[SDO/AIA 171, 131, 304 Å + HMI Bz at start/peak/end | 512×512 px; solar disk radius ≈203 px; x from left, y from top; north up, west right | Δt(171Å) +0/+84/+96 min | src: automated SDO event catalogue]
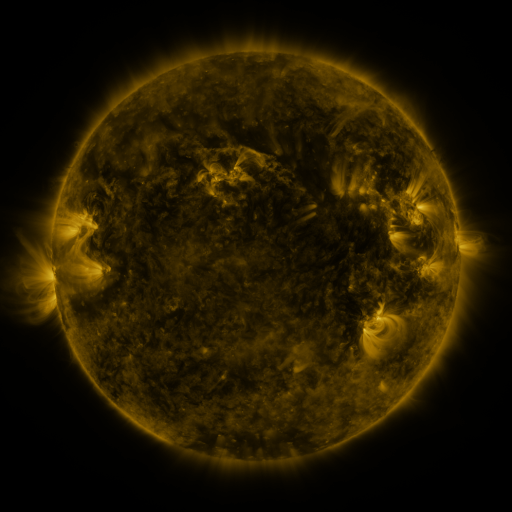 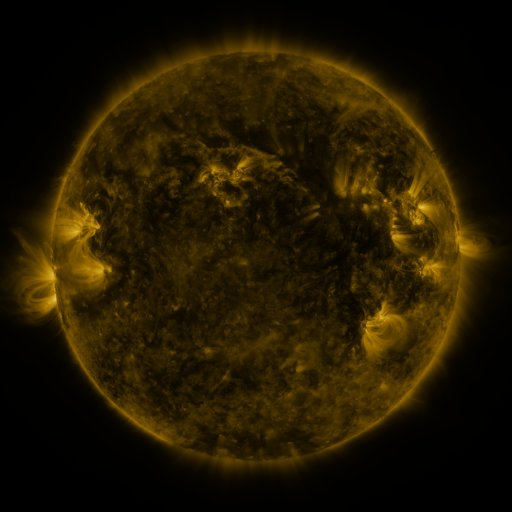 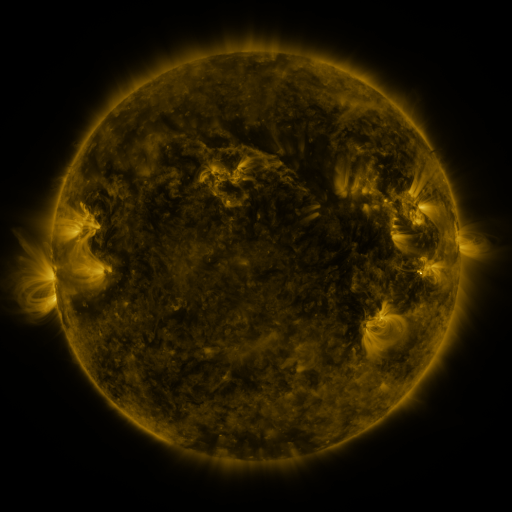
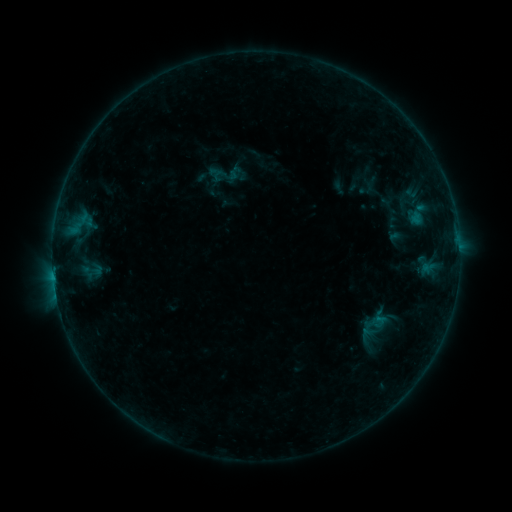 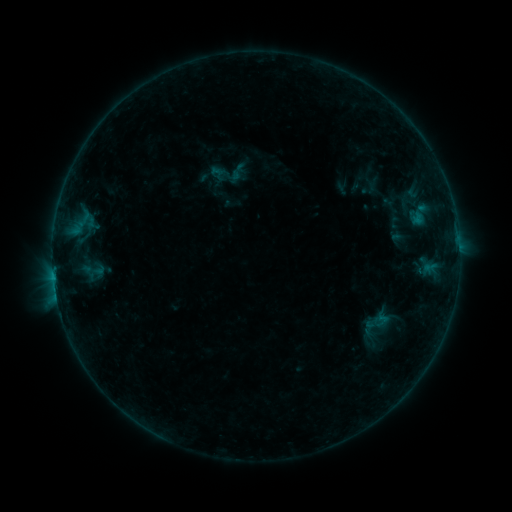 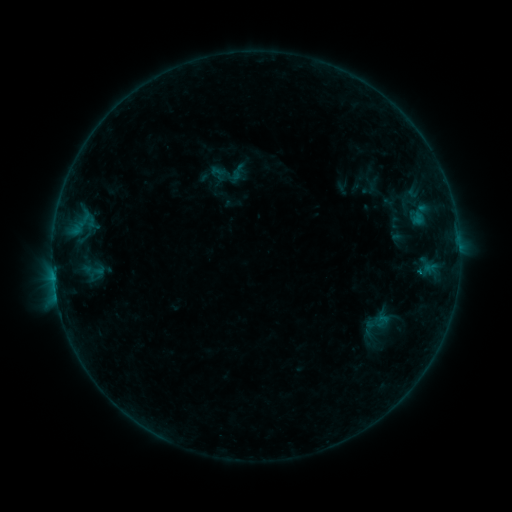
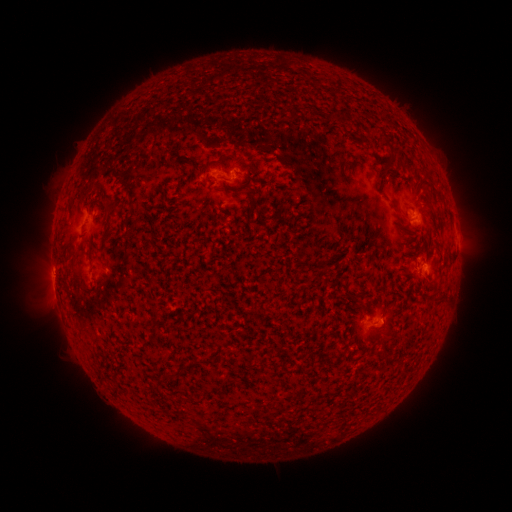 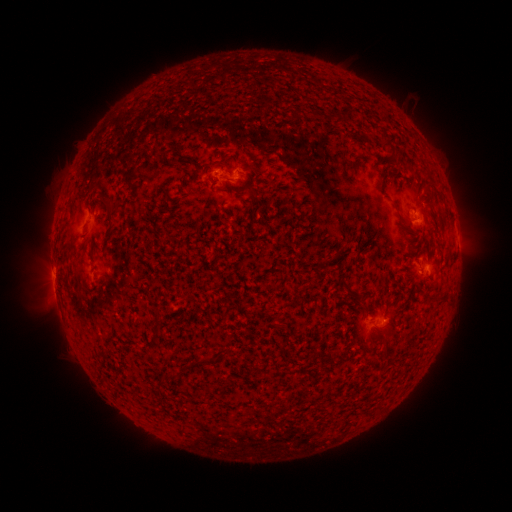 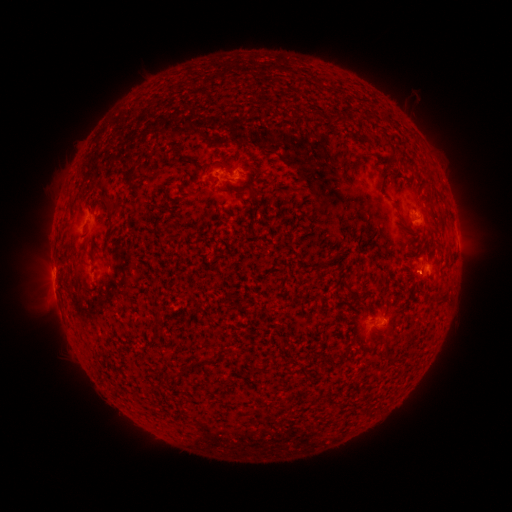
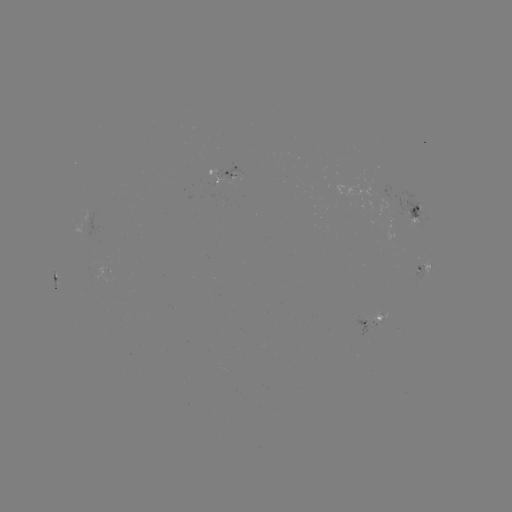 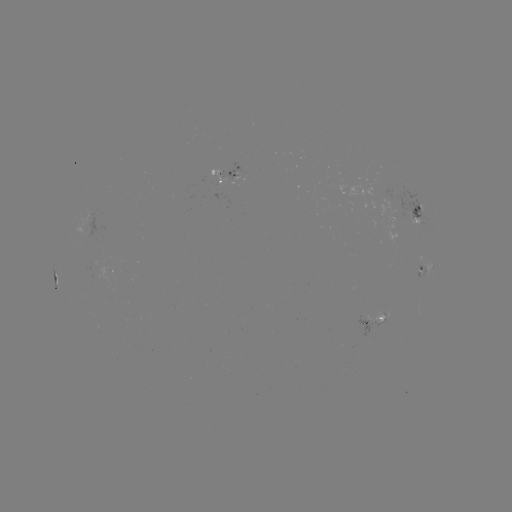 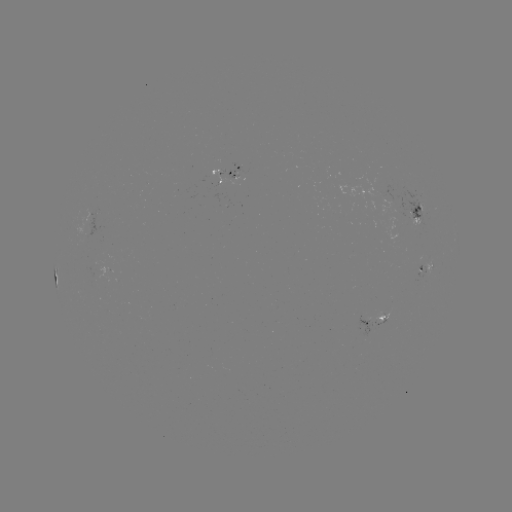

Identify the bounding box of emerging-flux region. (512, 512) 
[374, 309, 383, 323].